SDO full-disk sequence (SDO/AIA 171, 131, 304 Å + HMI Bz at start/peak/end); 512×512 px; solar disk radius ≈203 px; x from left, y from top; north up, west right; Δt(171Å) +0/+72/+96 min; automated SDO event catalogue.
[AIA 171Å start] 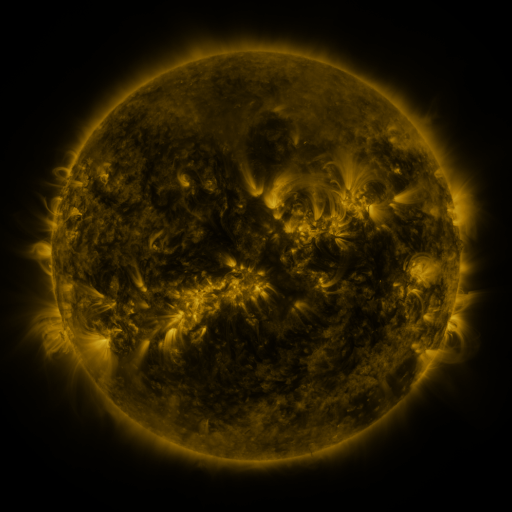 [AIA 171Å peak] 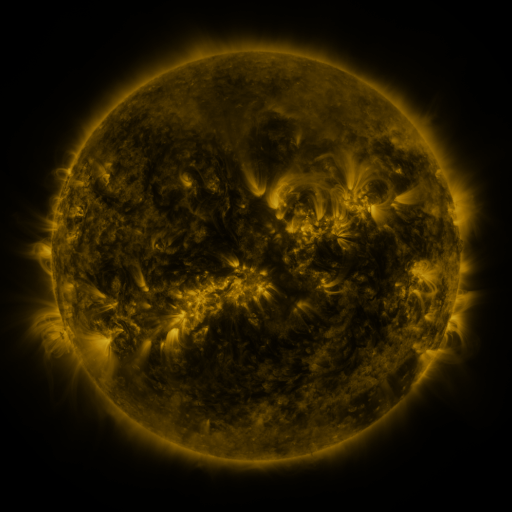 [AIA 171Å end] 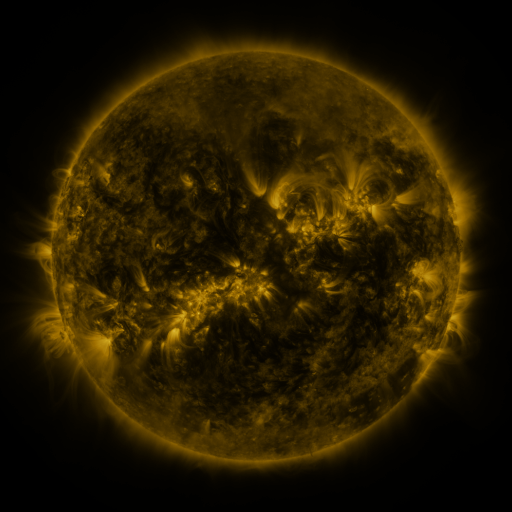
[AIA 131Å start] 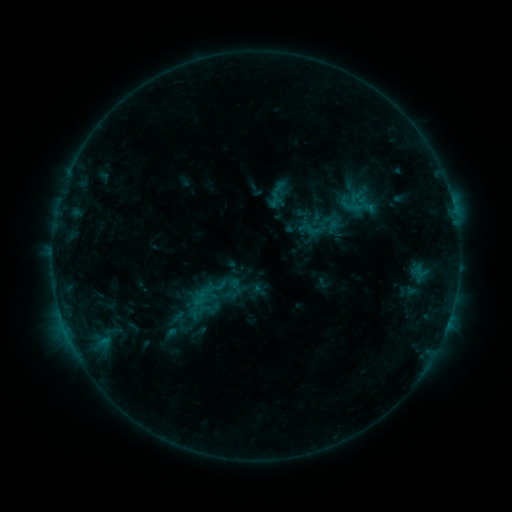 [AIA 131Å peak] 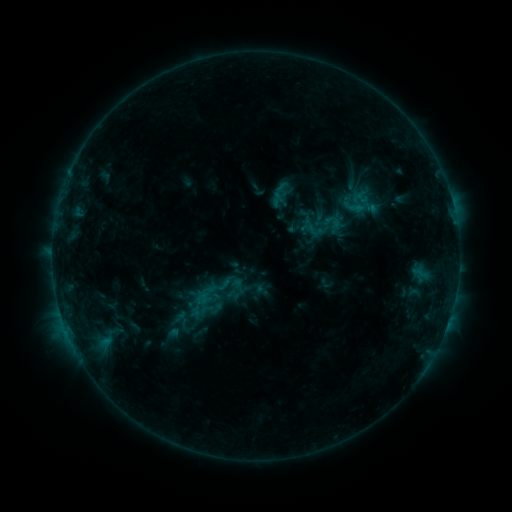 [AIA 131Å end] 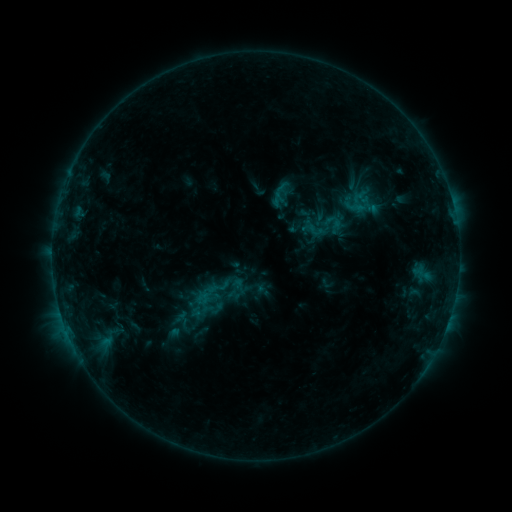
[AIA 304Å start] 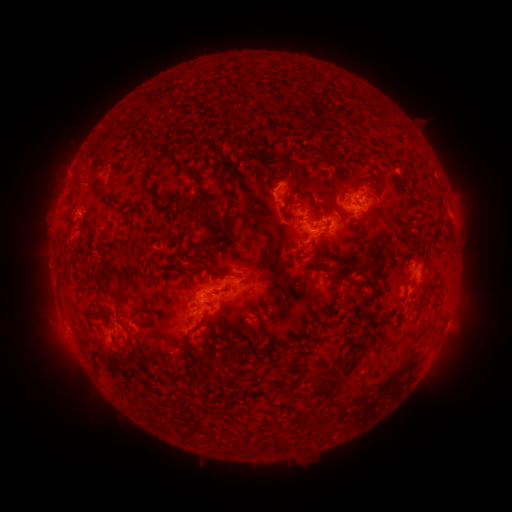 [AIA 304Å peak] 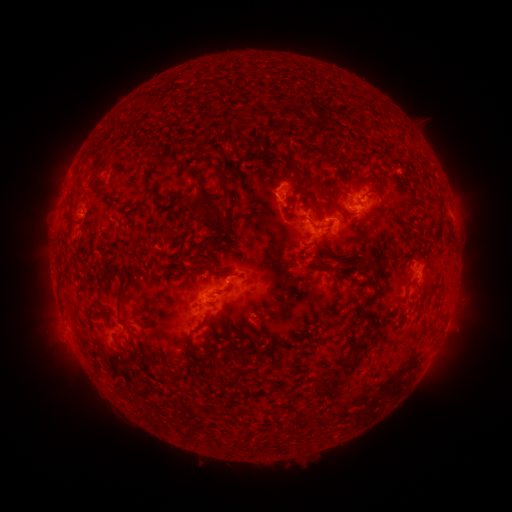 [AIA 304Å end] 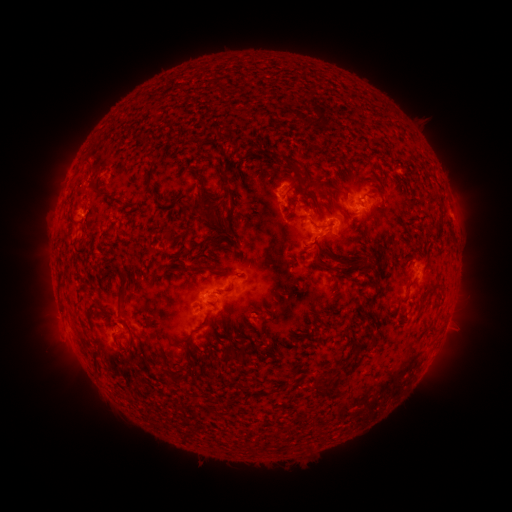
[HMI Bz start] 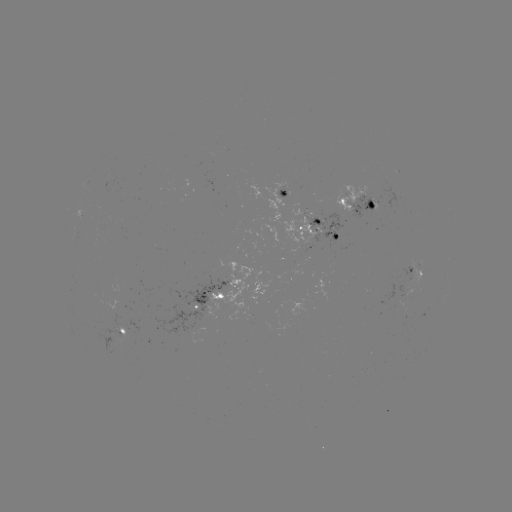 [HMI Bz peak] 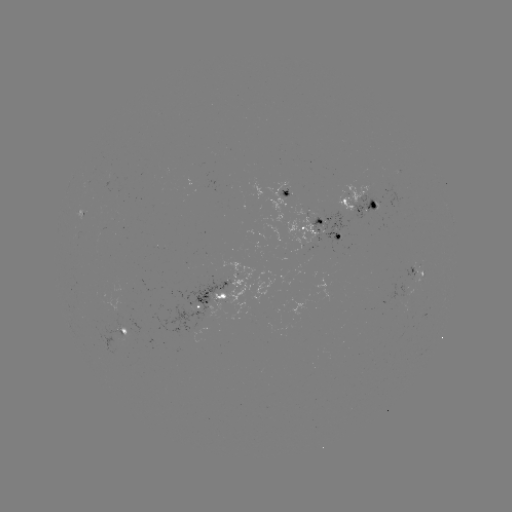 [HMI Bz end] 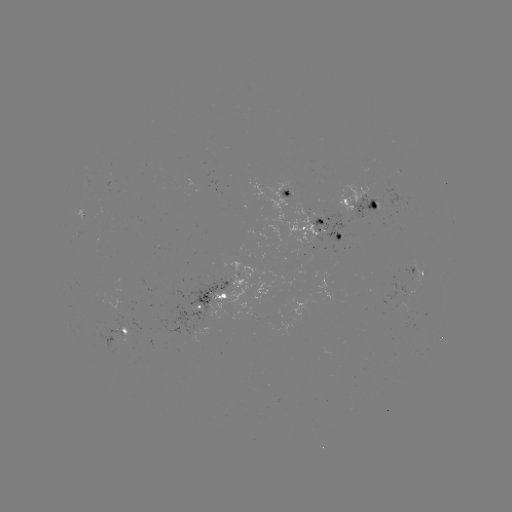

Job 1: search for emerging-flux region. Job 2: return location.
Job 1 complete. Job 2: (288, 195).